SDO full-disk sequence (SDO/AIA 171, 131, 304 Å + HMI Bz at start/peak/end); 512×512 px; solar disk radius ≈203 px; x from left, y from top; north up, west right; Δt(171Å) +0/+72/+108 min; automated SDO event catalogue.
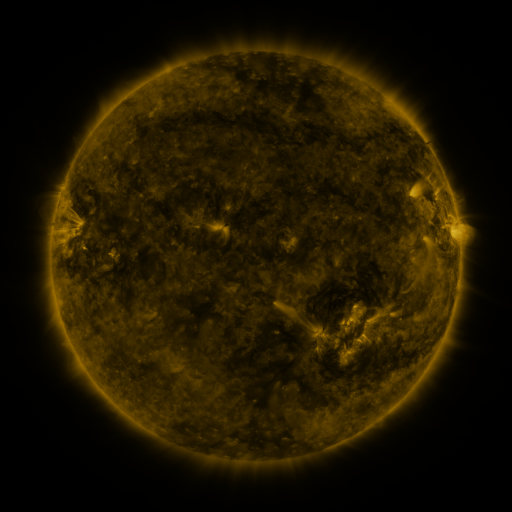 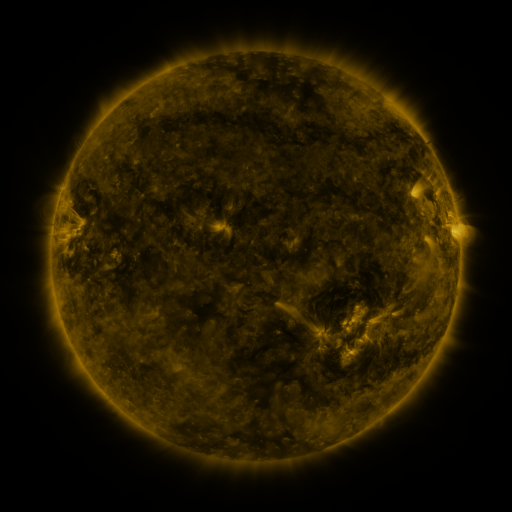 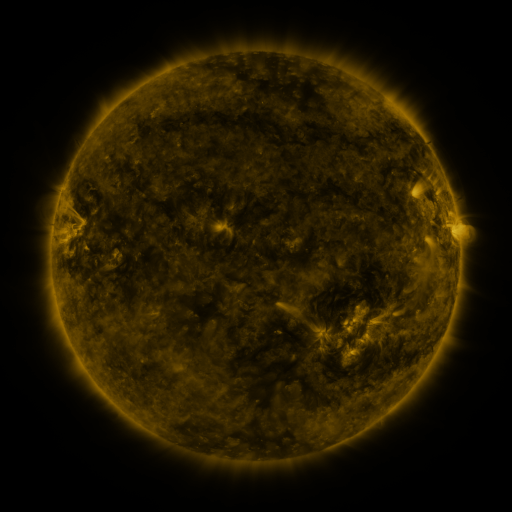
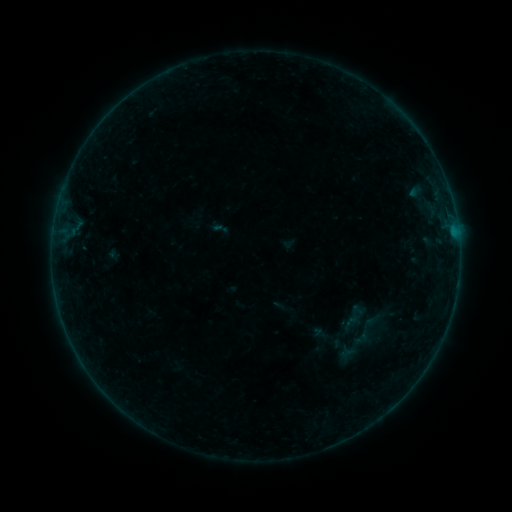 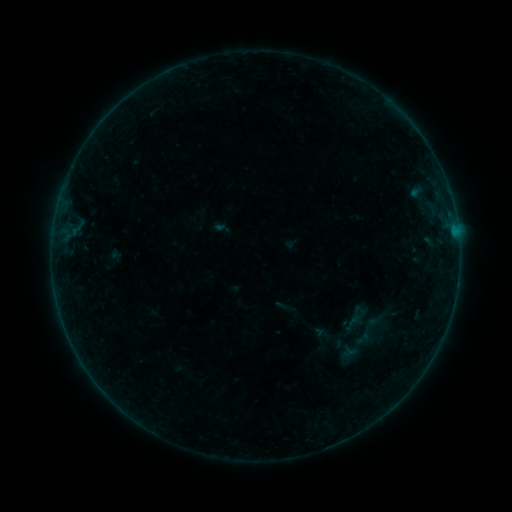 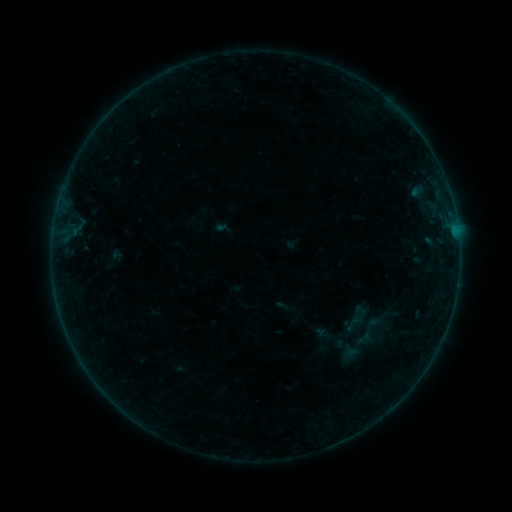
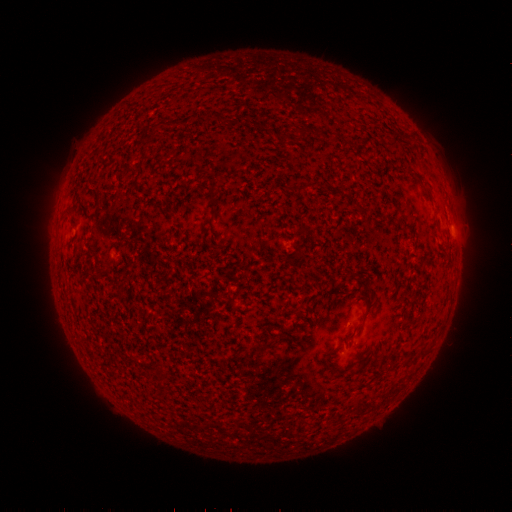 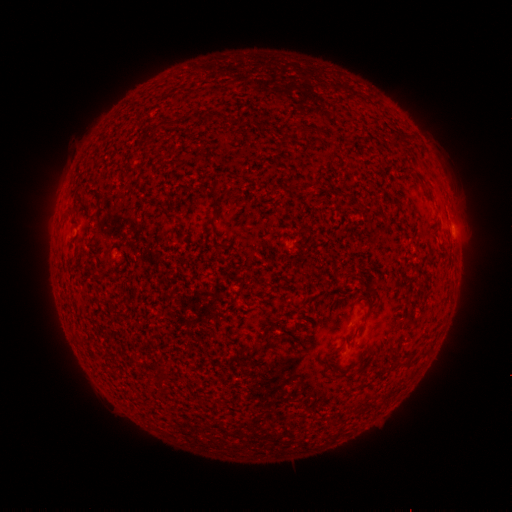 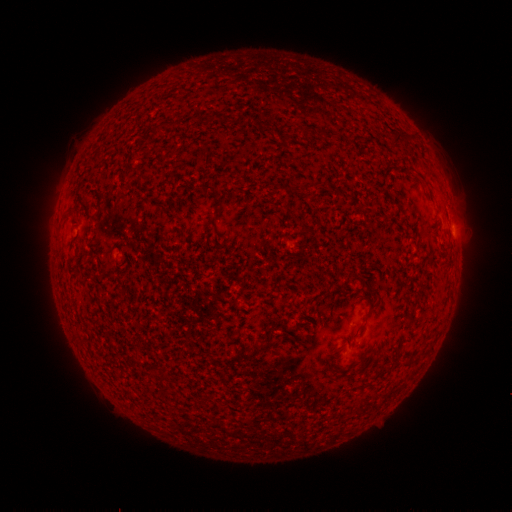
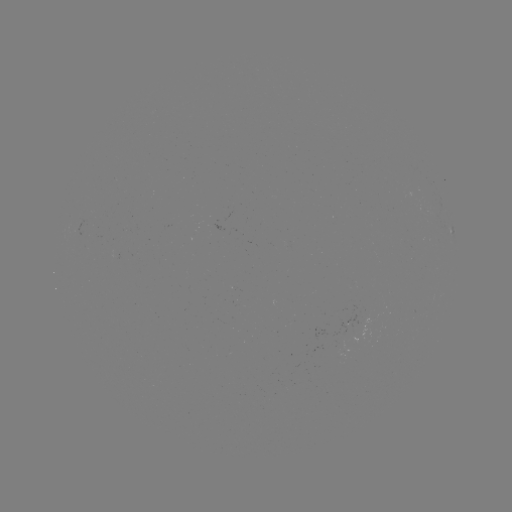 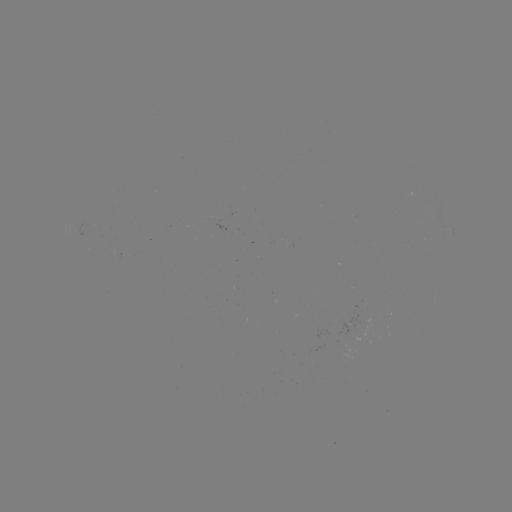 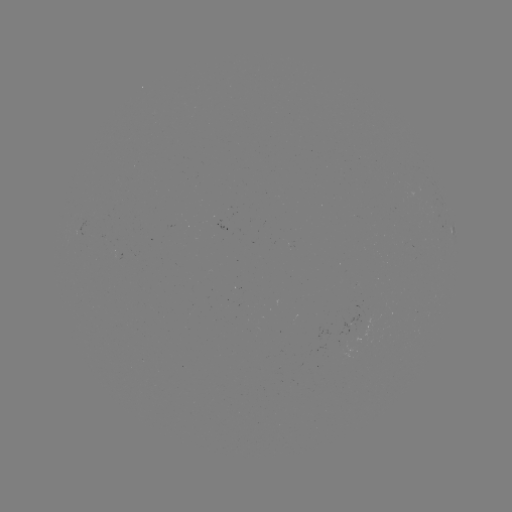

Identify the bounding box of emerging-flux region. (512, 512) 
[361, 312, 375, 326].